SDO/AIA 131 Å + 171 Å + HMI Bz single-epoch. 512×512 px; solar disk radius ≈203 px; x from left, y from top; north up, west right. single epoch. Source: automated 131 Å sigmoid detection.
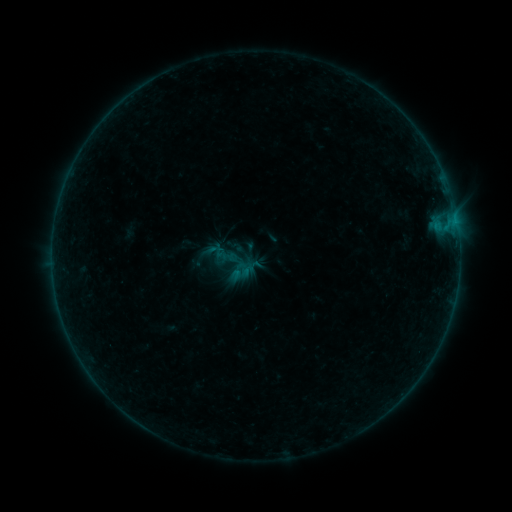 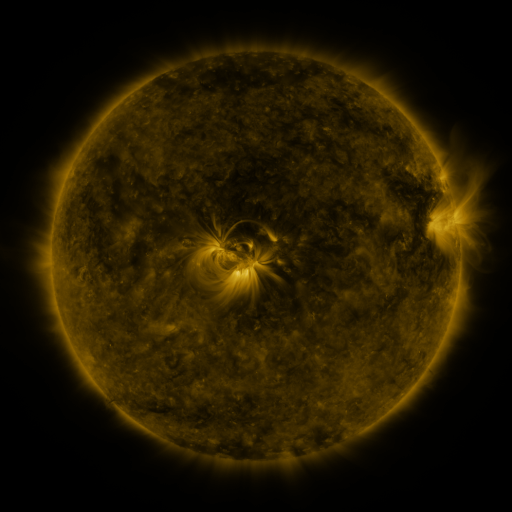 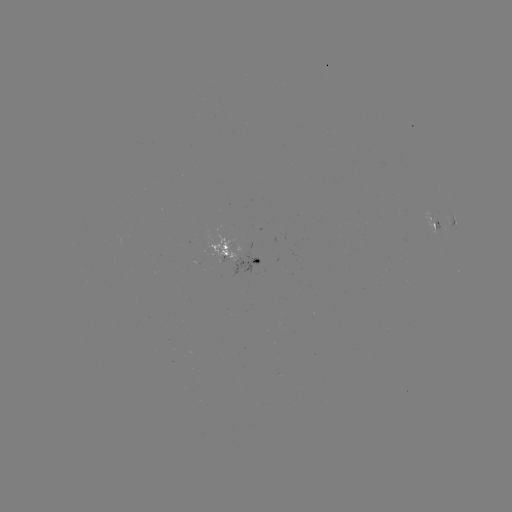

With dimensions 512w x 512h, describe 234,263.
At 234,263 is sigmoid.